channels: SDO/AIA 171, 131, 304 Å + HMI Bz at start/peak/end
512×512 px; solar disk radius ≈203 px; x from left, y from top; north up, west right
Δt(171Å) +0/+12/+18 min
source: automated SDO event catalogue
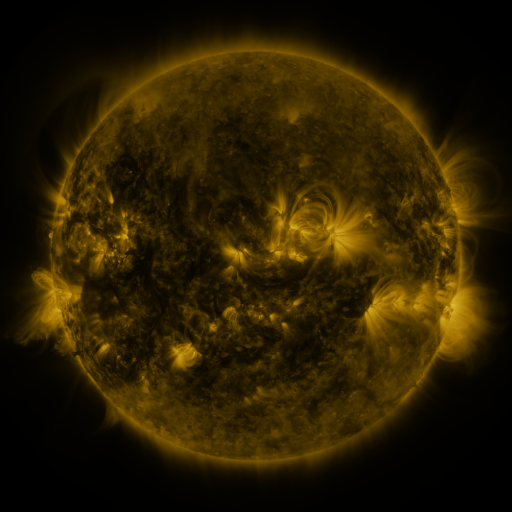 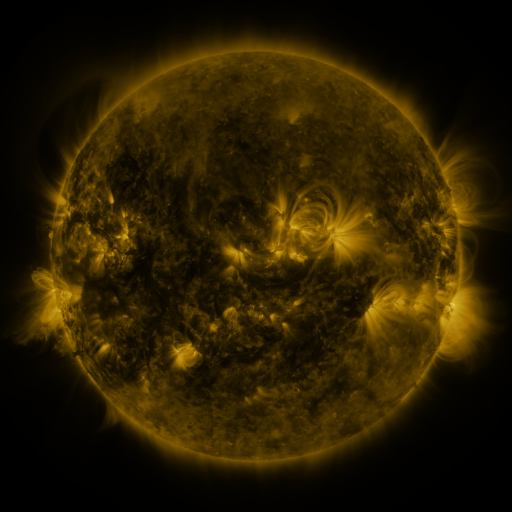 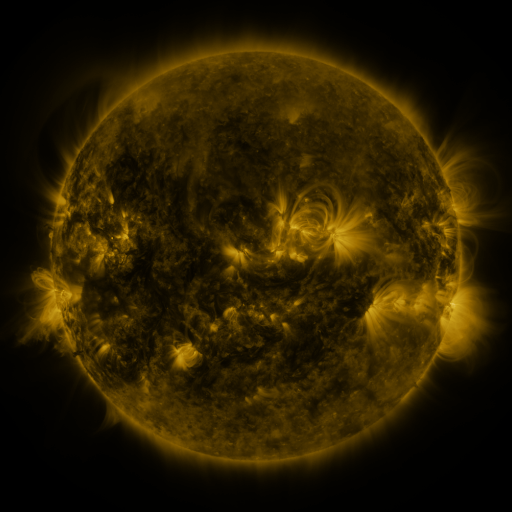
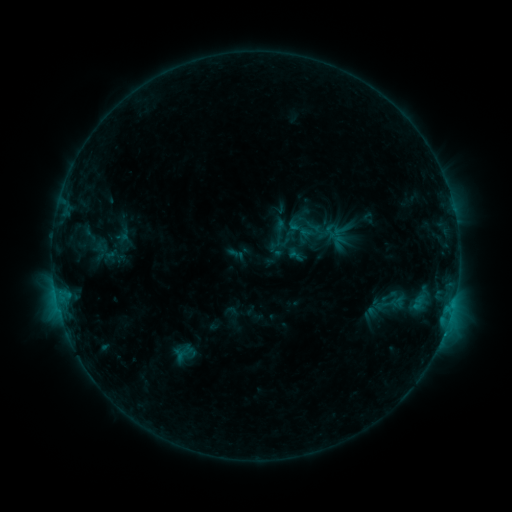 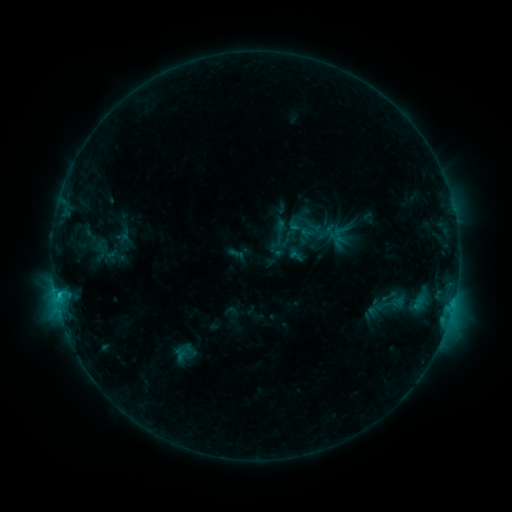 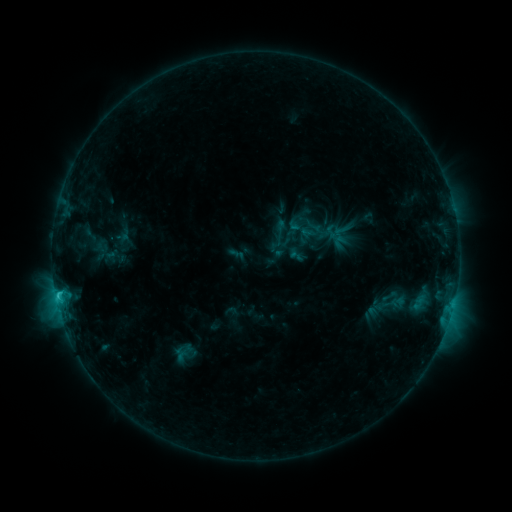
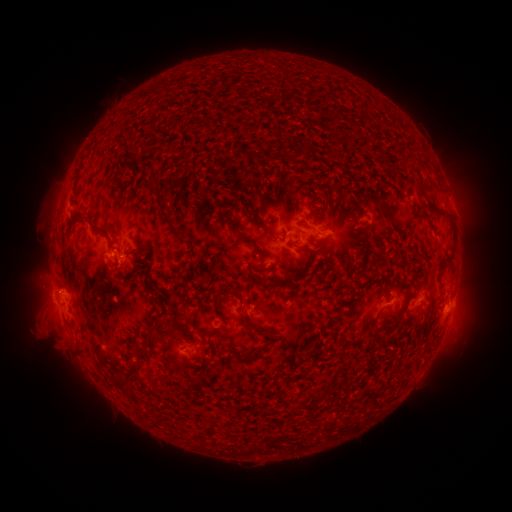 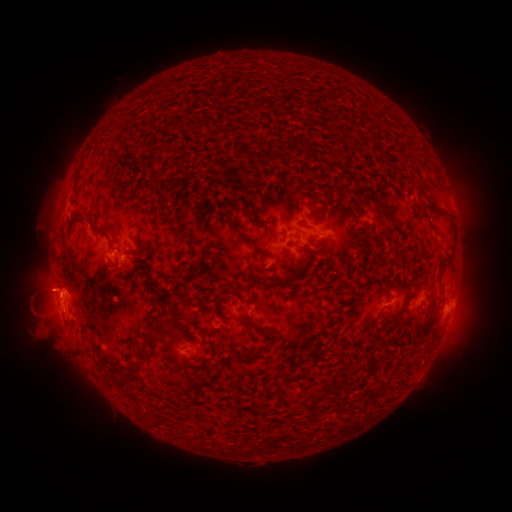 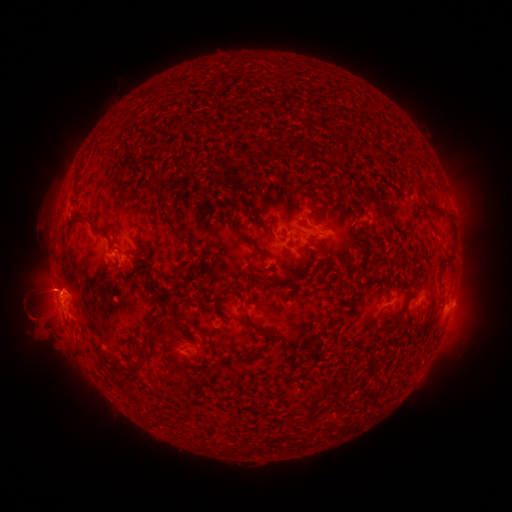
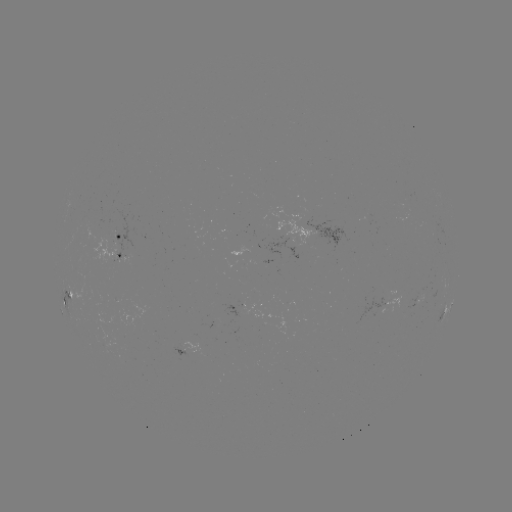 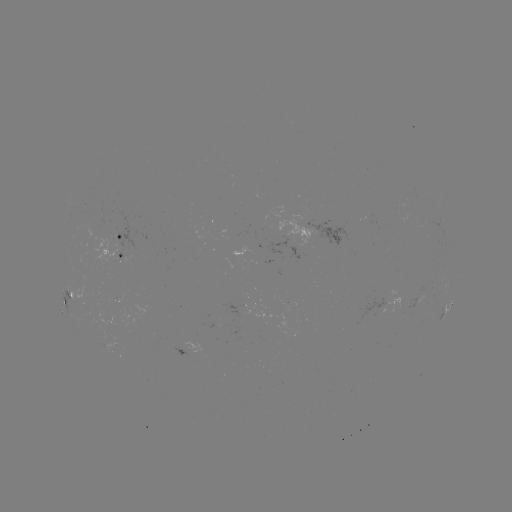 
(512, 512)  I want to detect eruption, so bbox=[3, 260, 99, 347].